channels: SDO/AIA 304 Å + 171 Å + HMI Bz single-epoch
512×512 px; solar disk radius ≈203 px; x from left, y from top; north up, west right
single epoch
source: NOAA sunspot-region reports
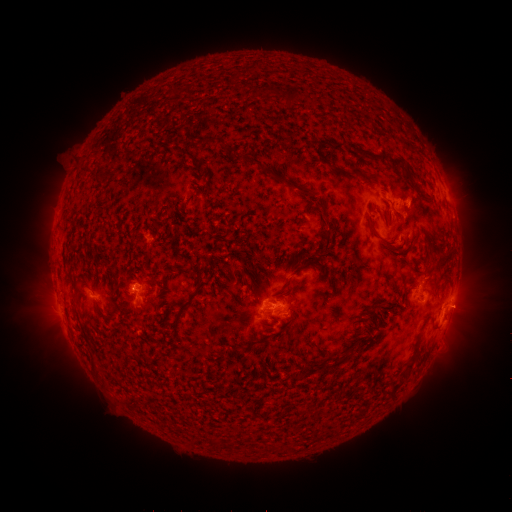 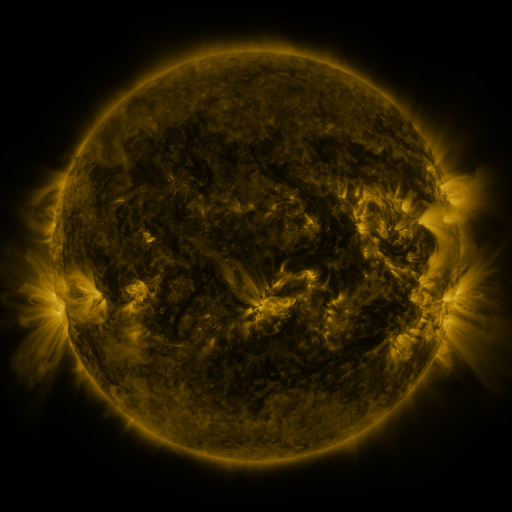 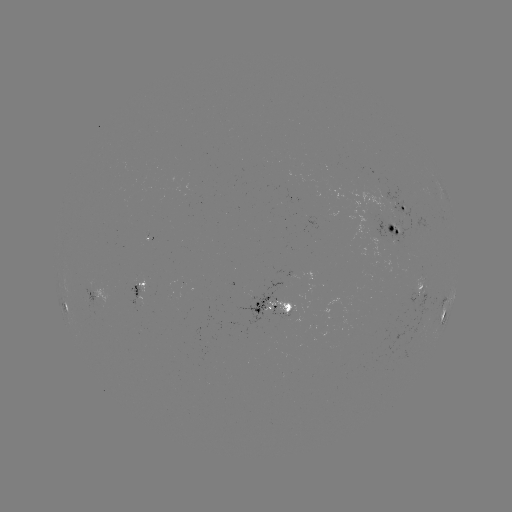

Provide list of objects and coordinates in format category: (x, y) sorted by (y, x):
spotted active region: (404, 210)
spotted active region: (394, 231)
spotted active region: (140, 283)
spotted active region: (420, 285)
spotted active region: (92, 292)
spotted active region: (273, 303)
spotted active region: (64, 304)
spotted active region: (446, 310)
